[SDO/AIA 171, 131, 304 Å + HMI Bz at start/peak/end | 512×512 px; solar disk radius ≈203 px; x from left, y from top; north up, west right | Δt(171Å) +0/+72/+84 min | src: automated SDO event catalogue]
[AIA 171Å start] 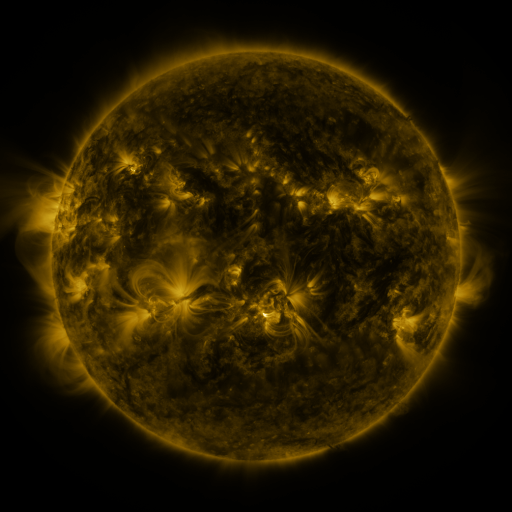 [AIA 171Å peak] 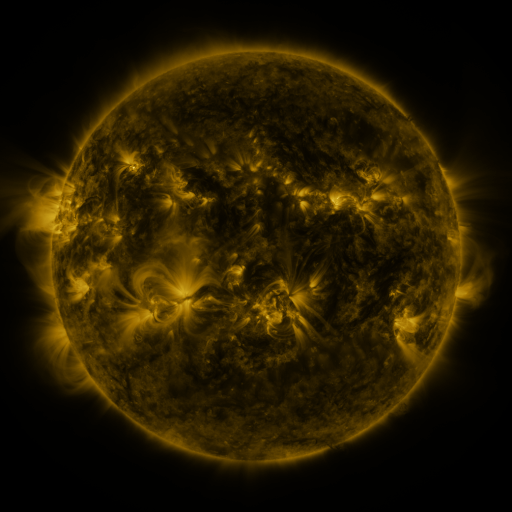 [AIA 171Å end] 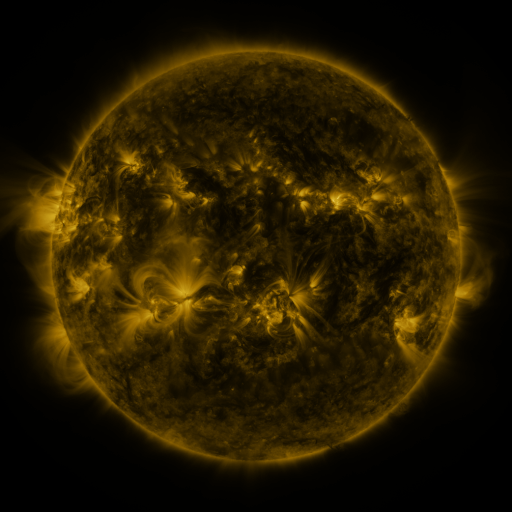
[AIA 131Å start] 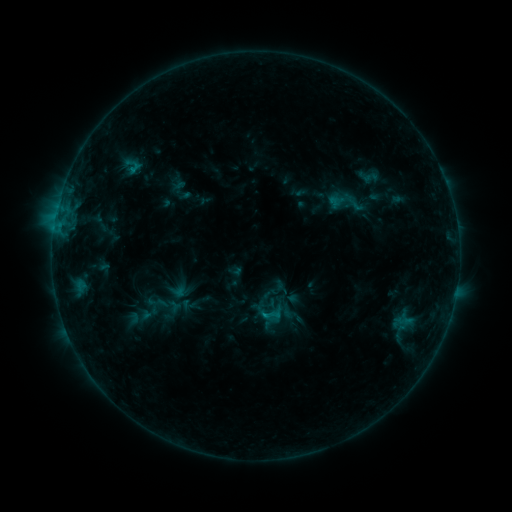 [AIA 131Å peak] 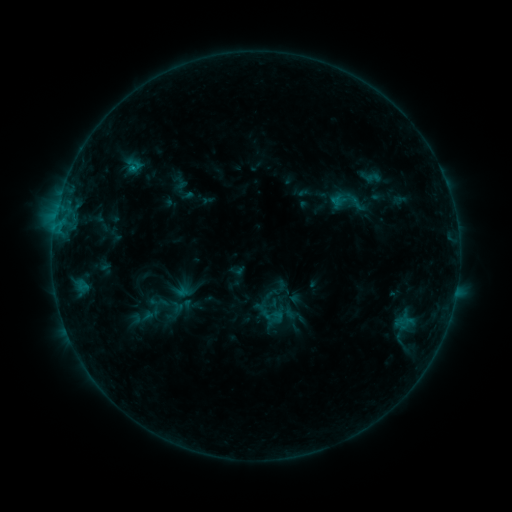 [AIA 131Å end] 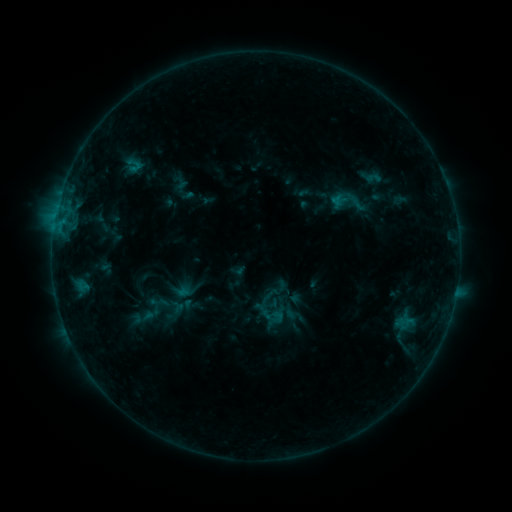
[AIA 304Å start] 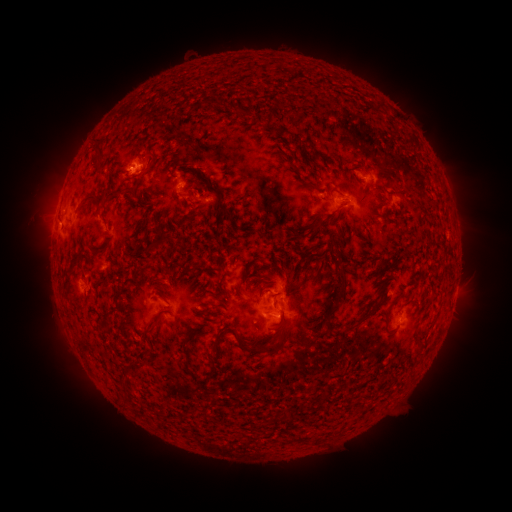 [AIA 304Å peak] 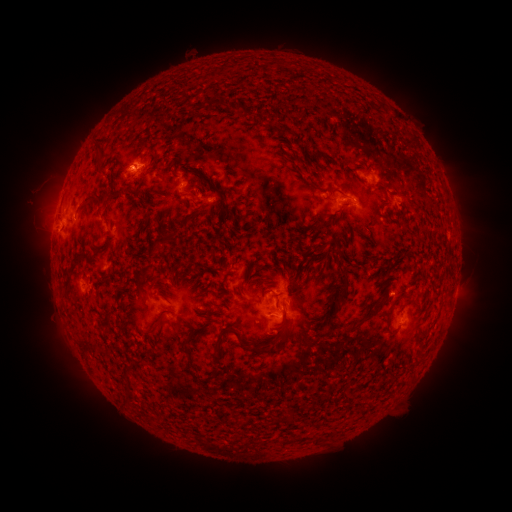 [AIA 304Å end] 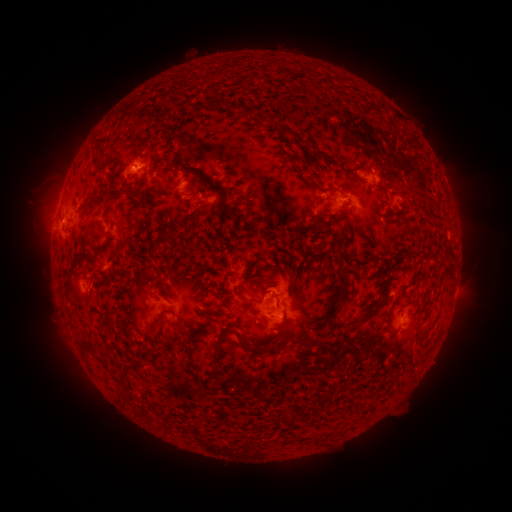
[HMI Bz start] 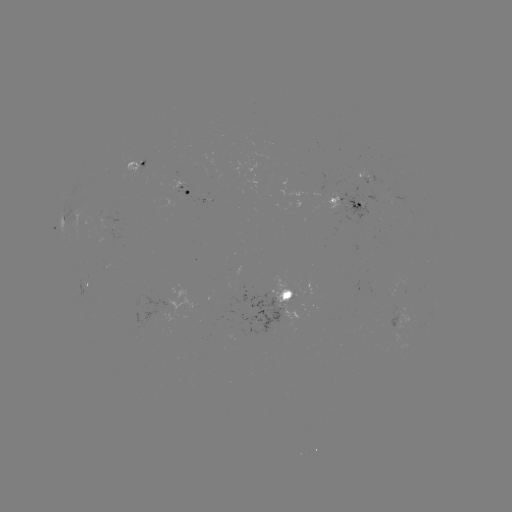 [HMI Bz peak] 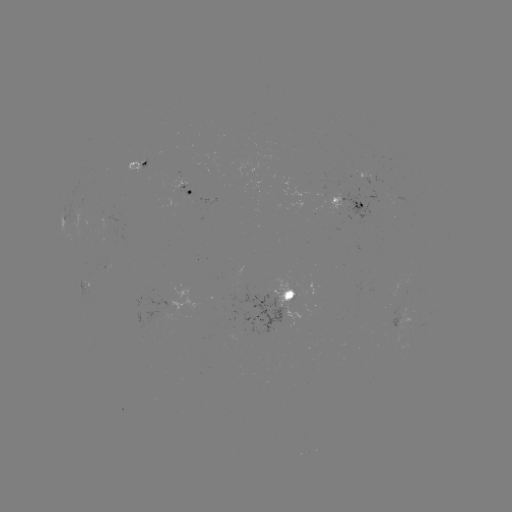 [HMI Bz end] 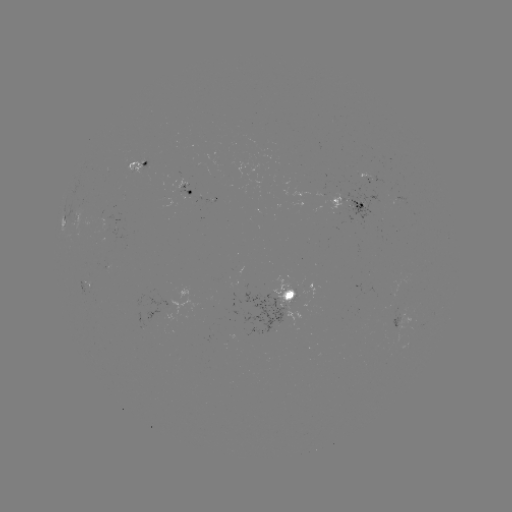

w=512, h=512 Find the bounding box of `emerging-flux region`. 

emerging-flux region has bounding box [293, 289, 308, 307].